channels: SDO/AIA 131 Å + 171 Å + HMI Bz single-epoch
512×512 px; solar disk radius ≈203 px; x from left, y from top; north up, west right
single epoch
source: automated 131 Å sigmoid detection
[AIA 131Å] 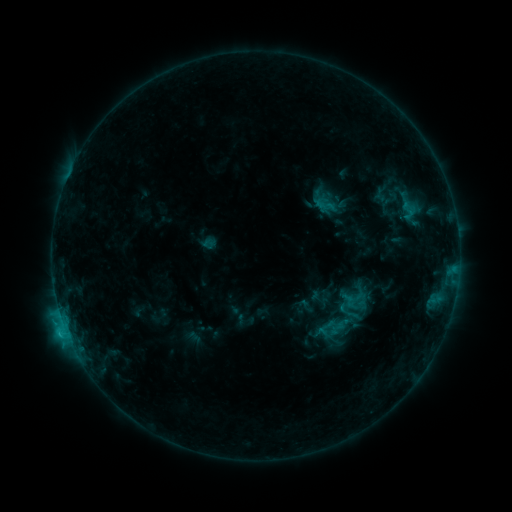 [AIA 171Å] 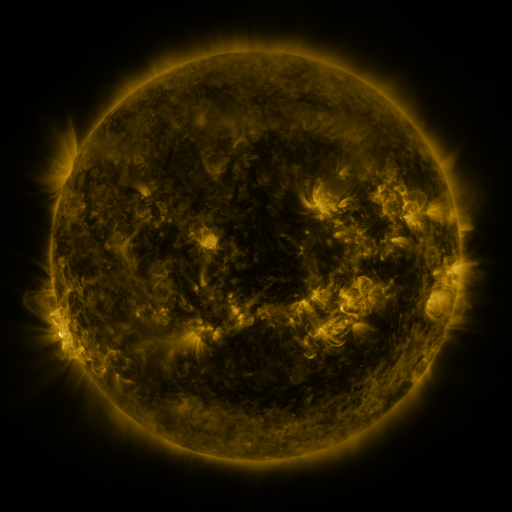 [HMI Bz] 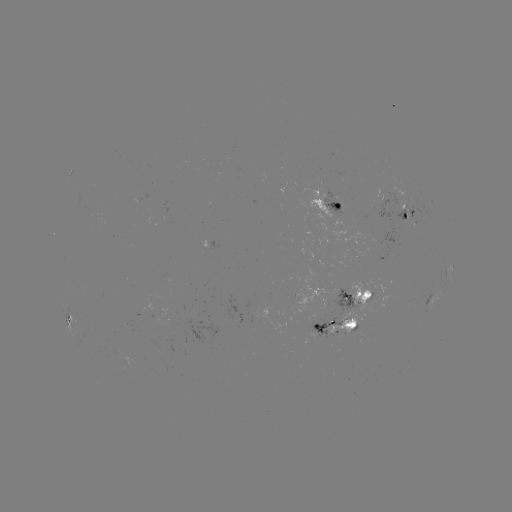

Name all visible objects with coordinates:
sigmoid: (311, 193, 338, 216)
sigmoid: (394, 200, 423, 221)
sigmoid: (337, 299, 365, 327)
